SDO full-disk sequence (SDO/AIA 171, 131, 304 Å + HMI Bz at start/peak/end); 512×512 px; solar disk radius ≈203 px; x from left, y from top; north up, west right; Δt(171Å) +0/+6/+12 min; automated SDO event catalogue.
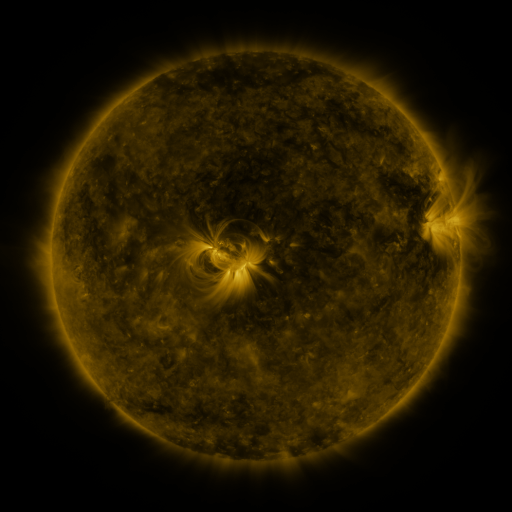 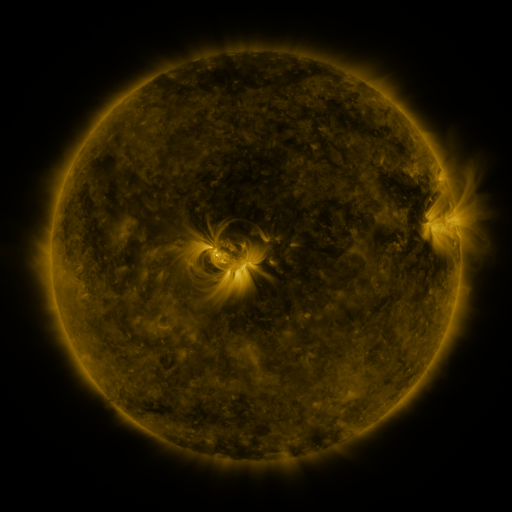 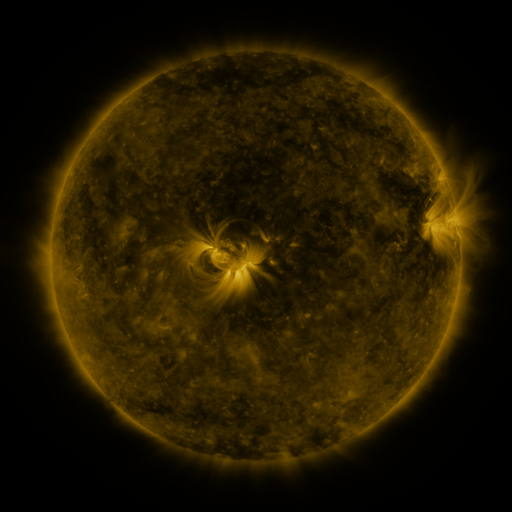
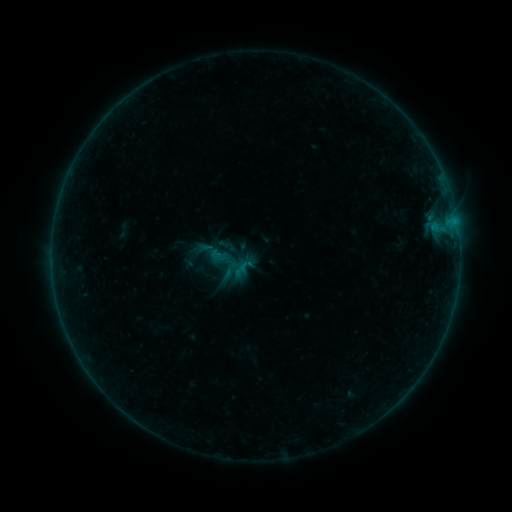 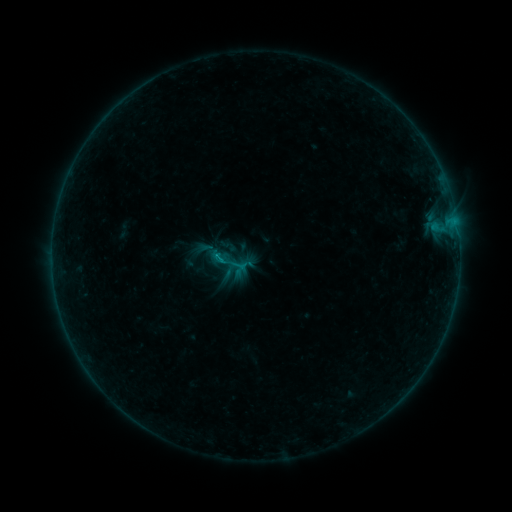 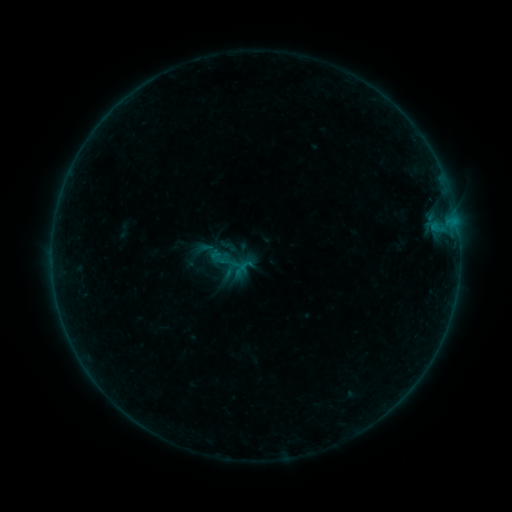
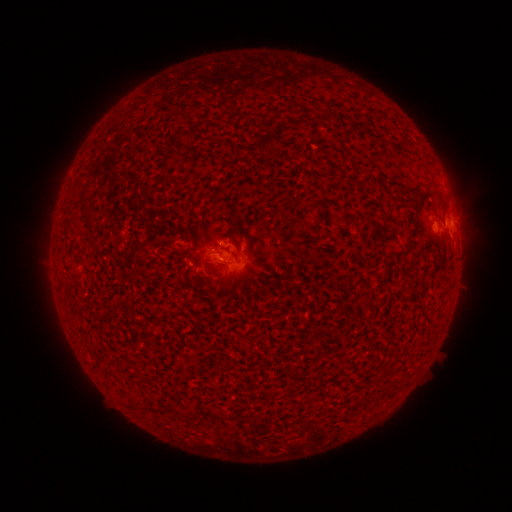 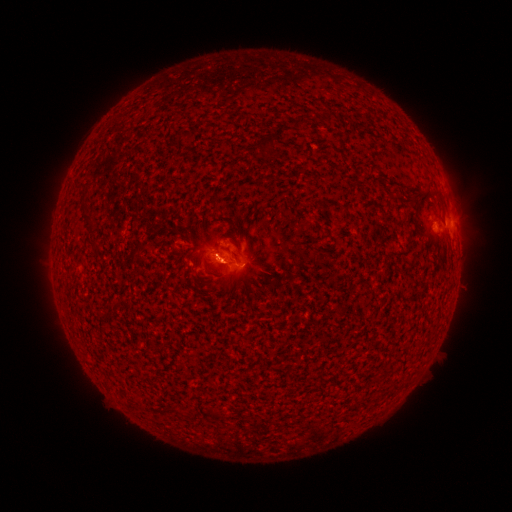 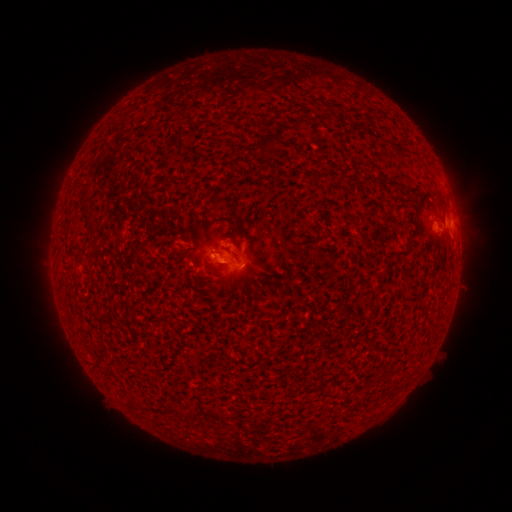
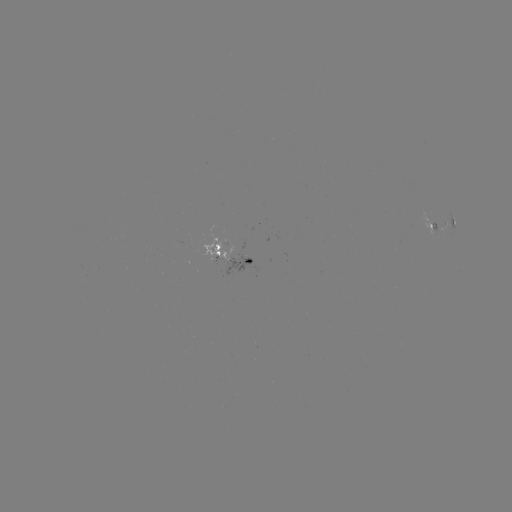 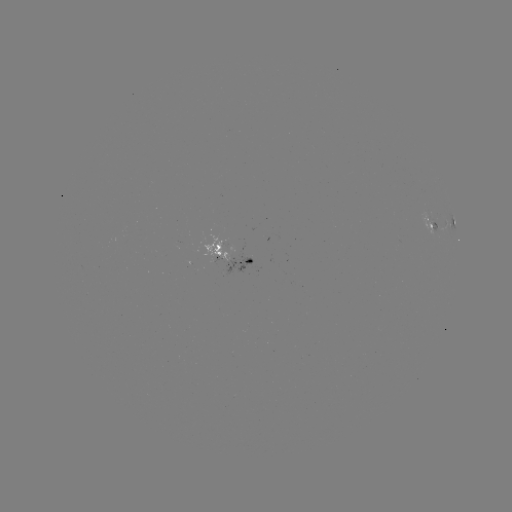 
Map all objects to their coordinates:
B2.9 flare: (220, 259)
